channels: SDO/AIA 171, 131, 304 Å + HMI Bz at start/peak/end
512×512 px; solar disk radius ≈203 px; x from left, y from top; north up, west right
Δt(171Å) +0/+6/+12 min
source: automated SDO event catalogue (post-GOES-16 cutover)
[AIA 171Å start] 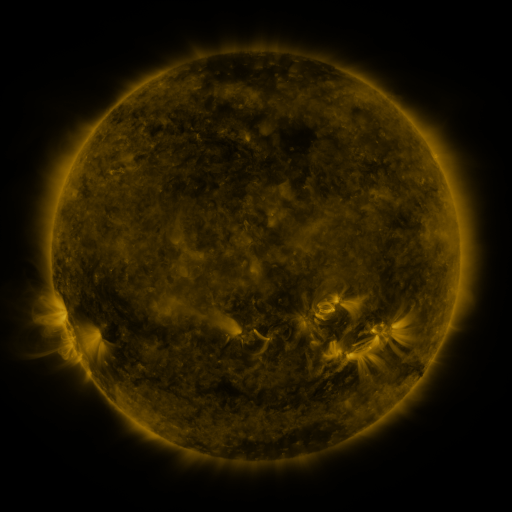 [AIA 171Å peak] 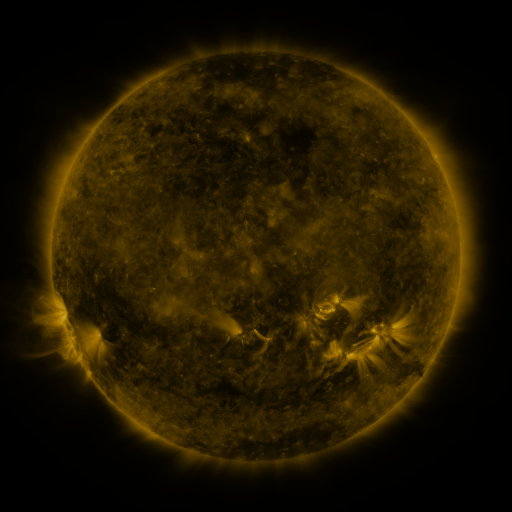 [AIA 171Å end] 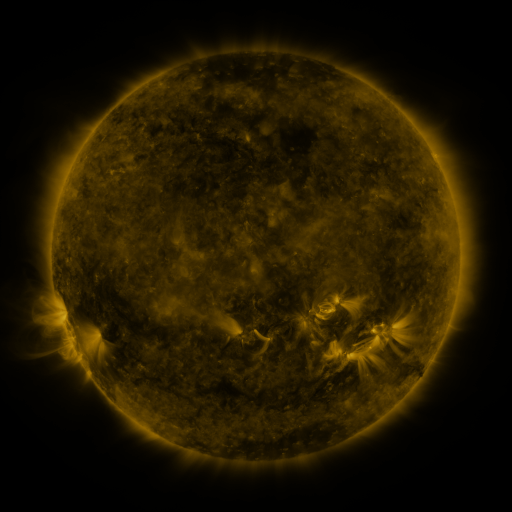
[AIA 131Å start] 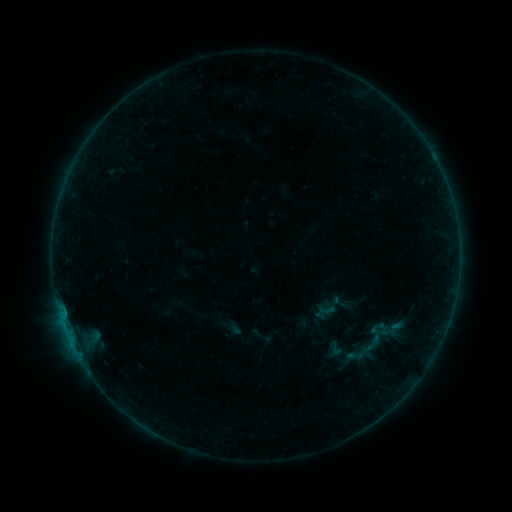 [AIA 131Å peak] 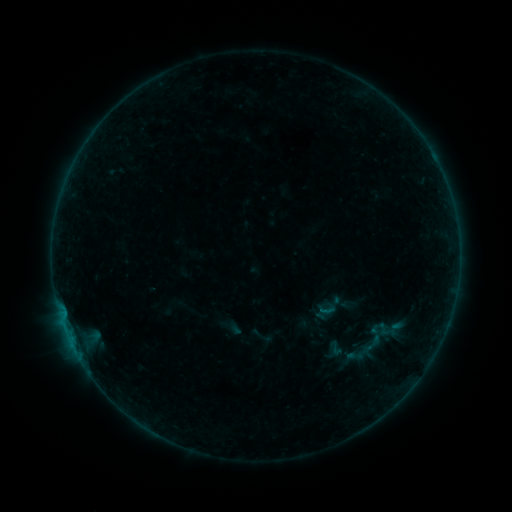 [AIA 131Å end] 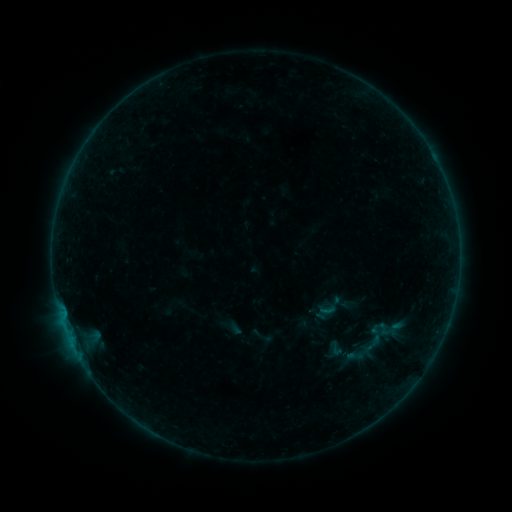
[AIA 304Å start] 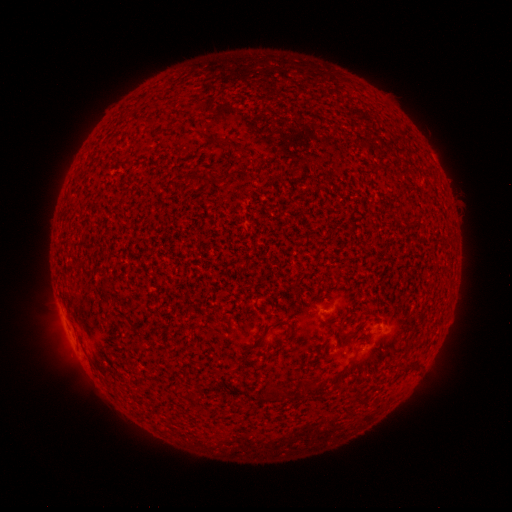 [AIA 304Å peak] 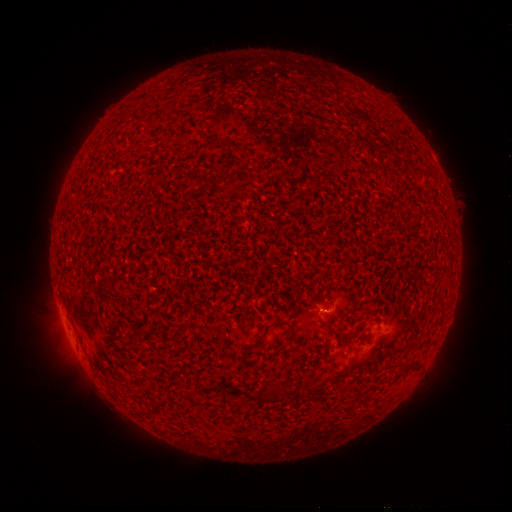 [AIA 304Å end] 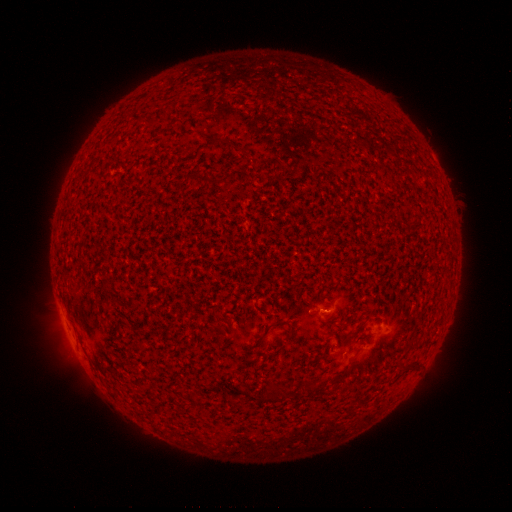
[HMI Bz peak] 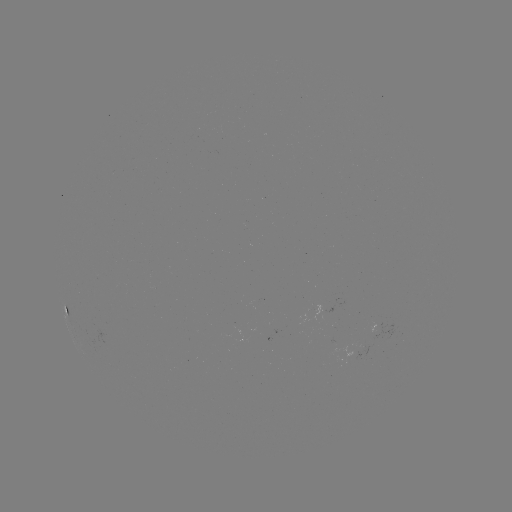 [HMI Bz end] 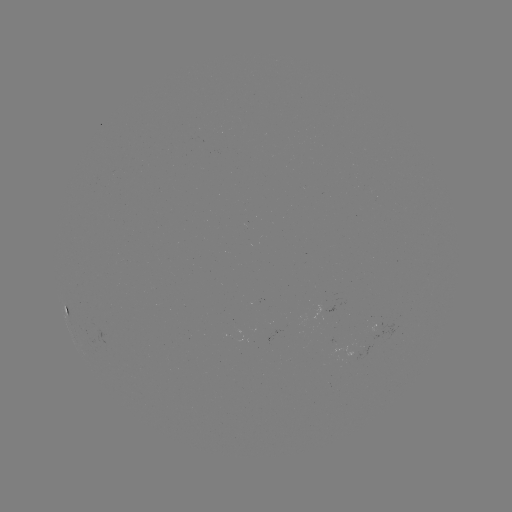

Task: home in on B1.2 flare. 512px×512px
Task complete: (322, 310).